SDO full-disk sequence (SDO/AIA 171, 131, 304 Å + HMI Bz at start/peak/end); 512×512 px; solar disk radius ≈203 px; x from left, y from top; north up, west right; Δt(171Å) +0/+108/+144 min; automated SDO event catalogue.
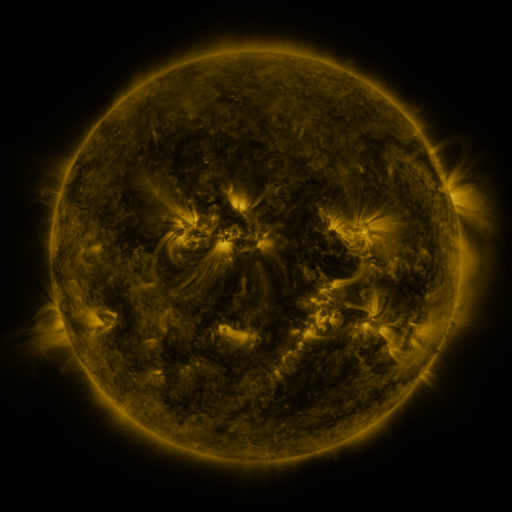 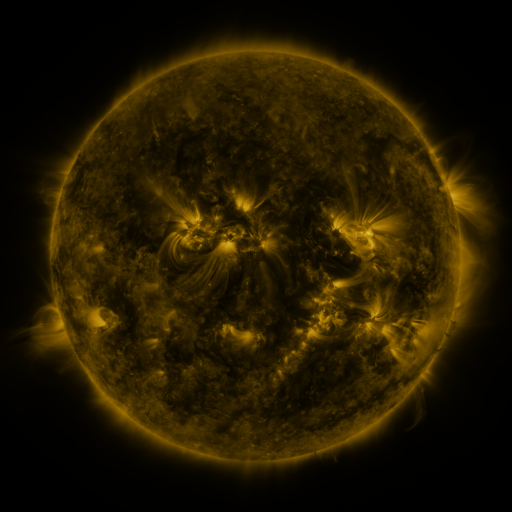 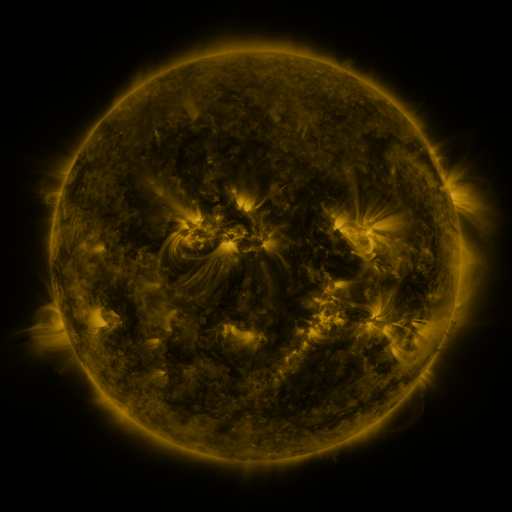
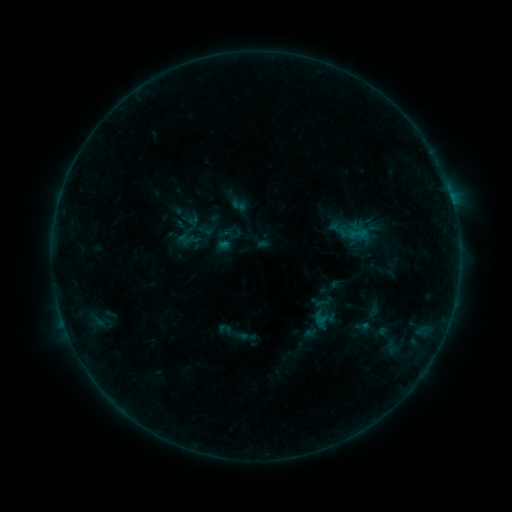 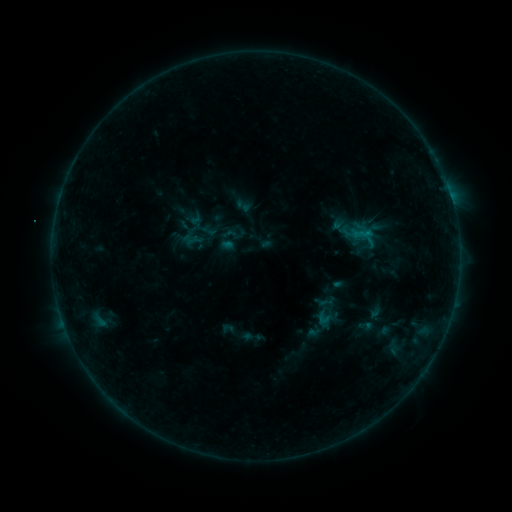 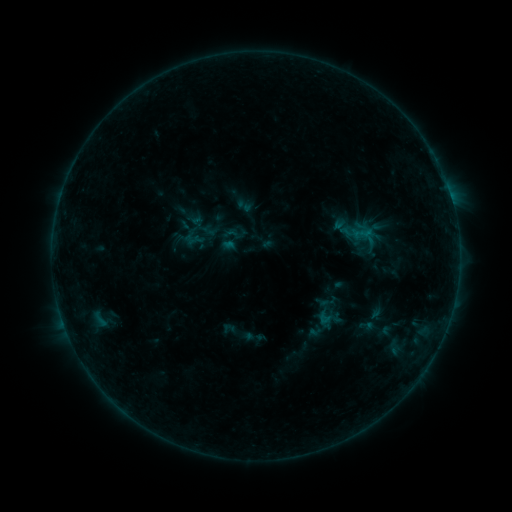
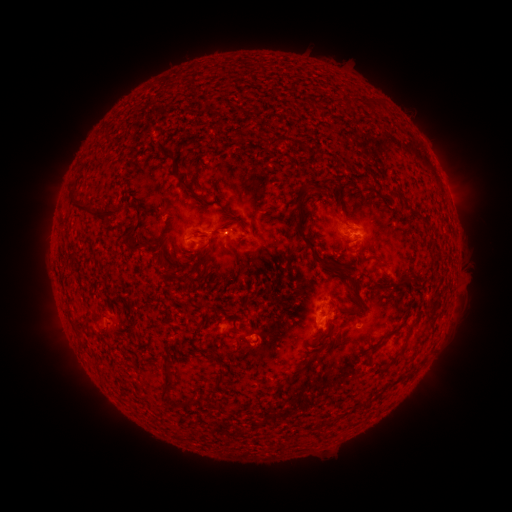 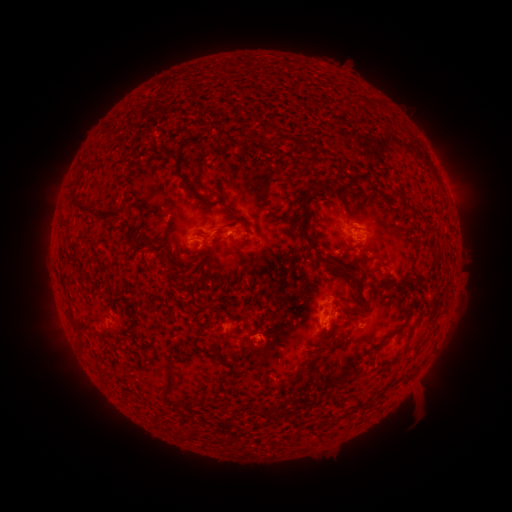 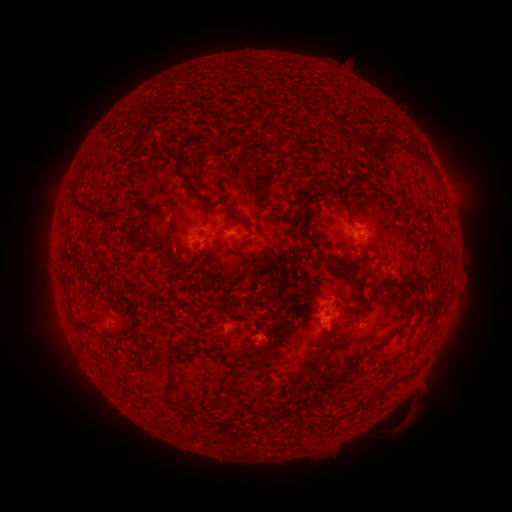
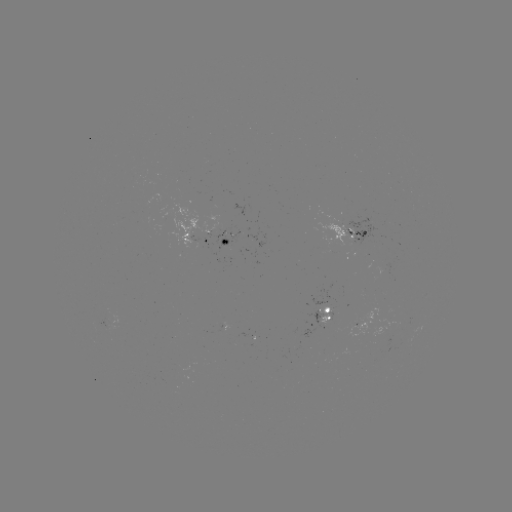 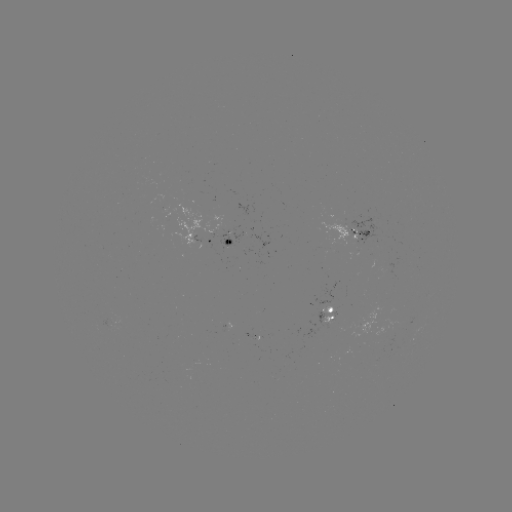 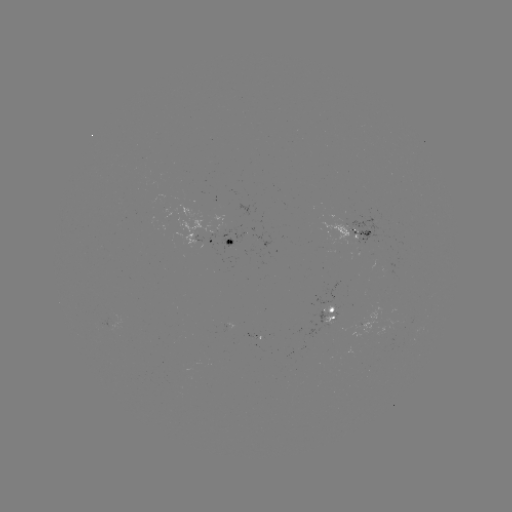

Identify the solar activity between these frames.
emerging-flux region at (341, 222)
